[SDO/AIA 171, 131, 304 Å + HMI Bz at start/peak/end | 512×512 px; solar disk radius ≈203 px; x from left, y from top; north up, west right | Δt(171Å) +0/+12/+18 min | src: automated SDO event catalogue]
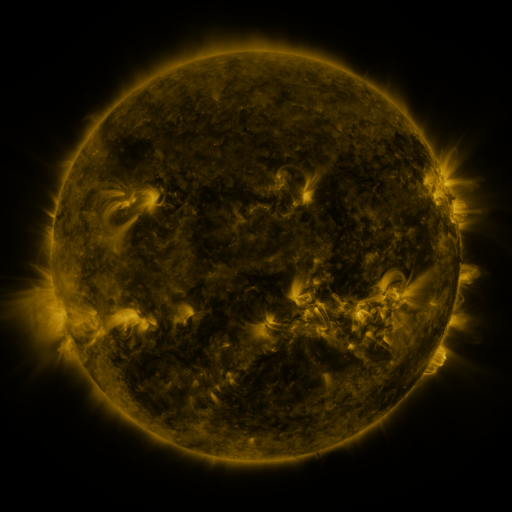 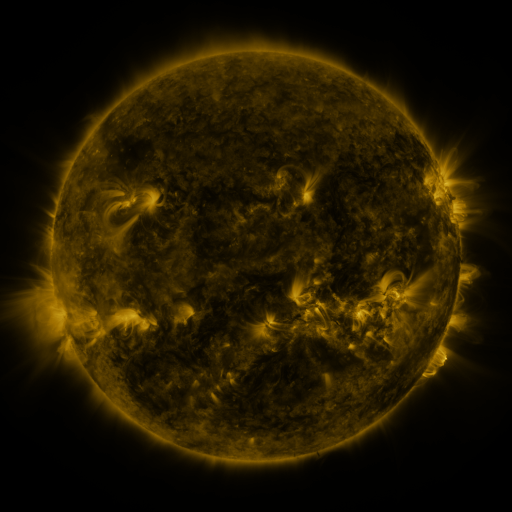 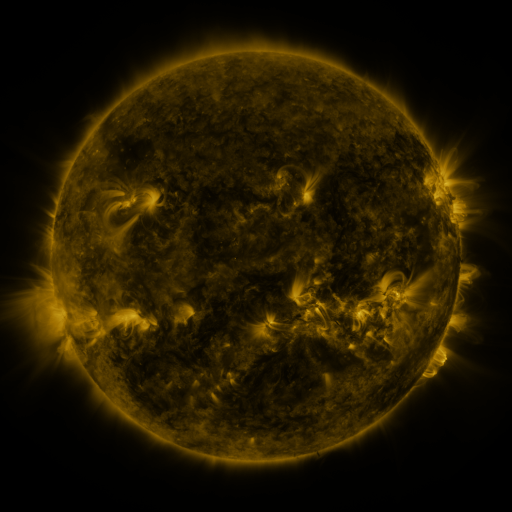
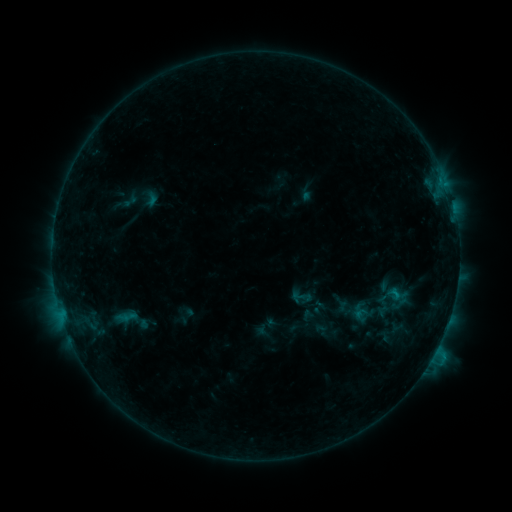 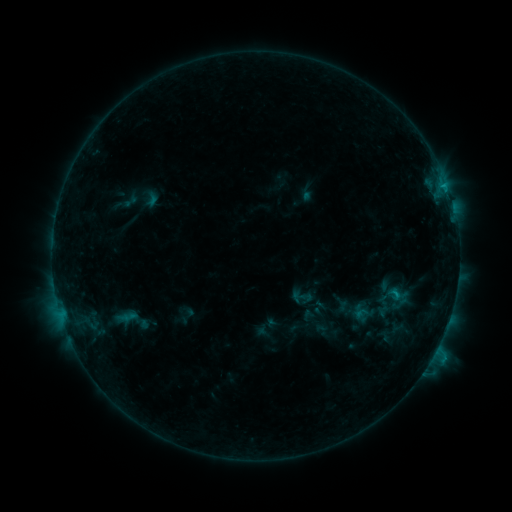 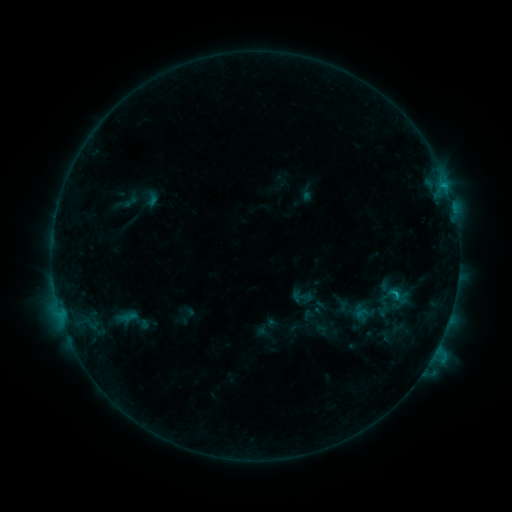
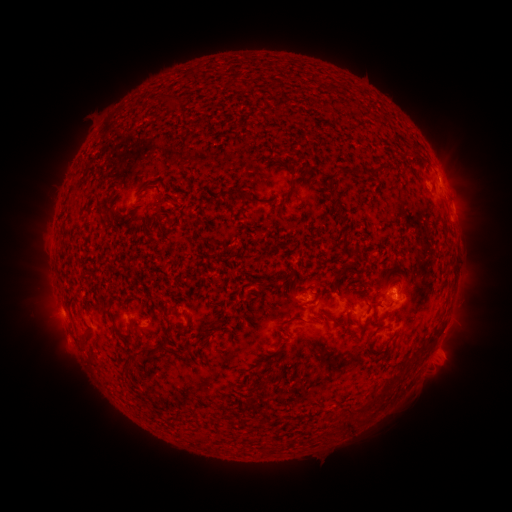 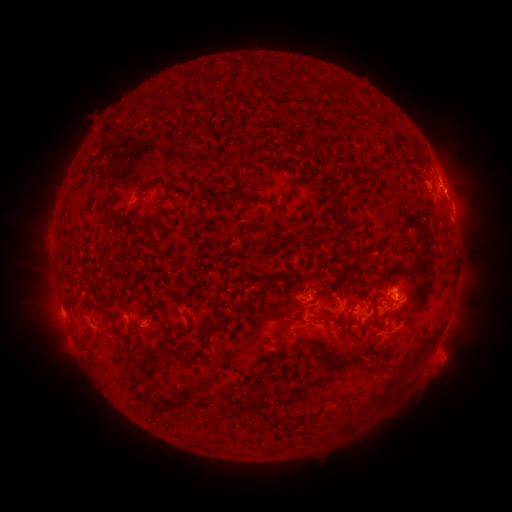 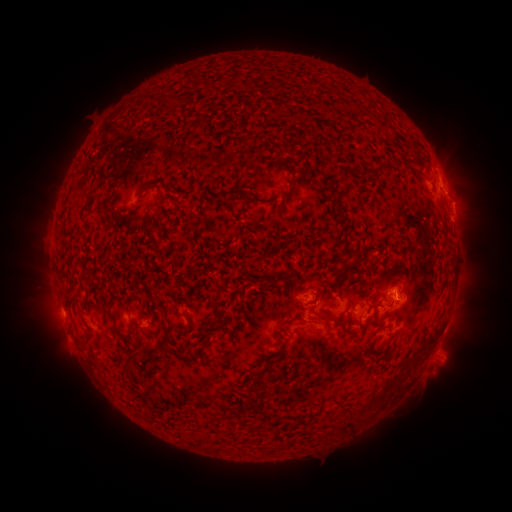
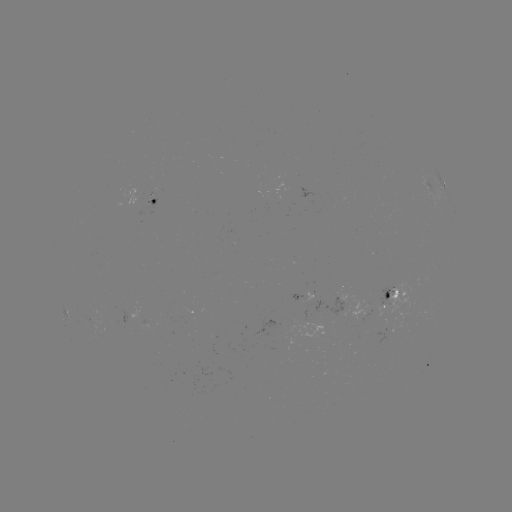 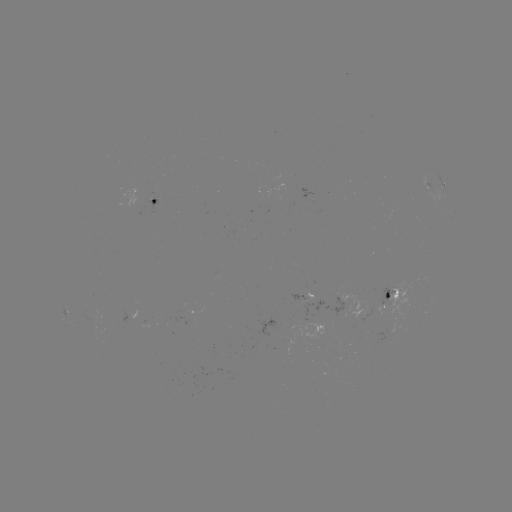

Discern eruption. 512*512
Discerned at [460, 190].